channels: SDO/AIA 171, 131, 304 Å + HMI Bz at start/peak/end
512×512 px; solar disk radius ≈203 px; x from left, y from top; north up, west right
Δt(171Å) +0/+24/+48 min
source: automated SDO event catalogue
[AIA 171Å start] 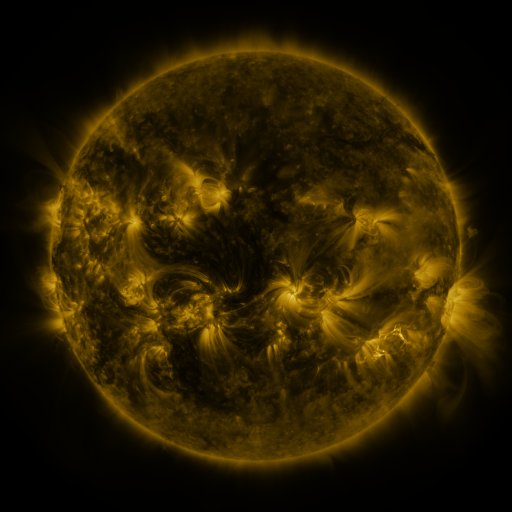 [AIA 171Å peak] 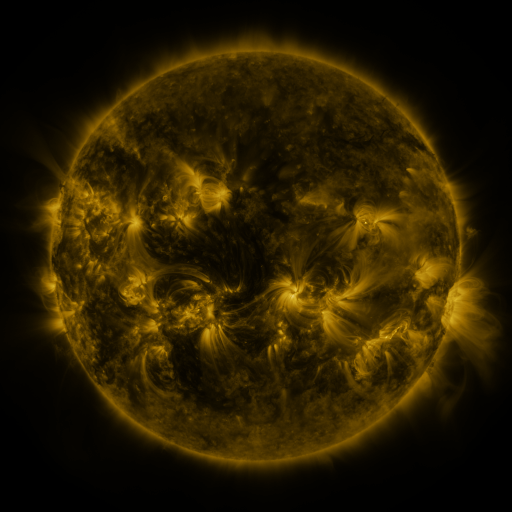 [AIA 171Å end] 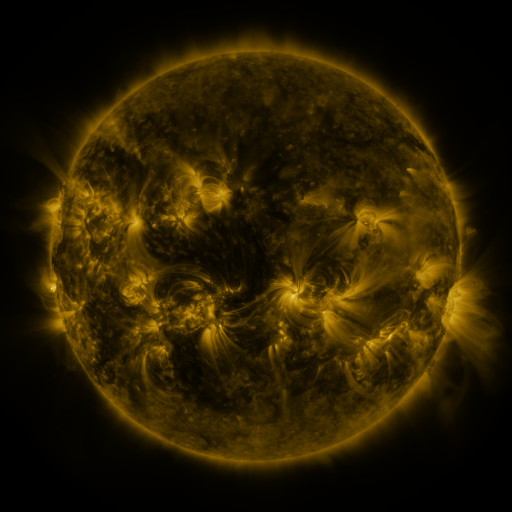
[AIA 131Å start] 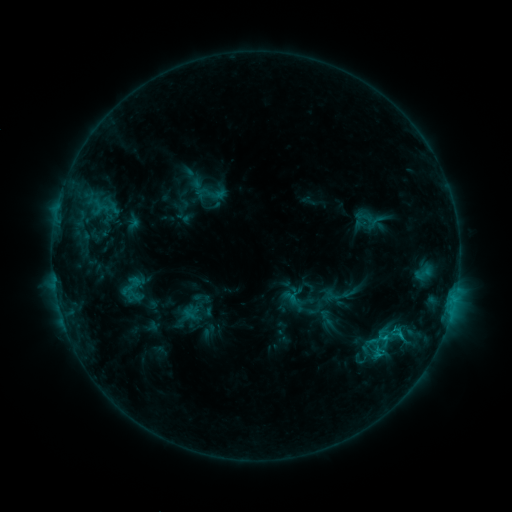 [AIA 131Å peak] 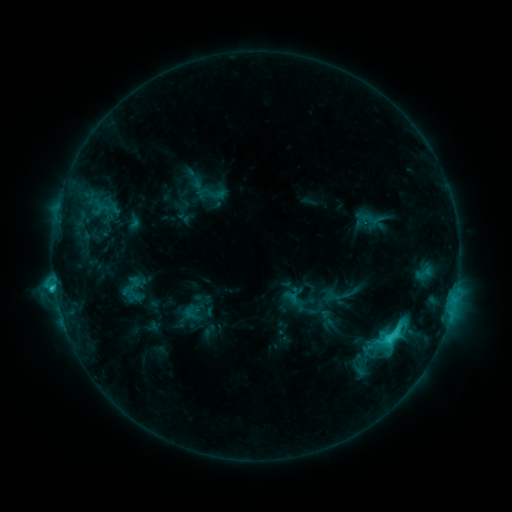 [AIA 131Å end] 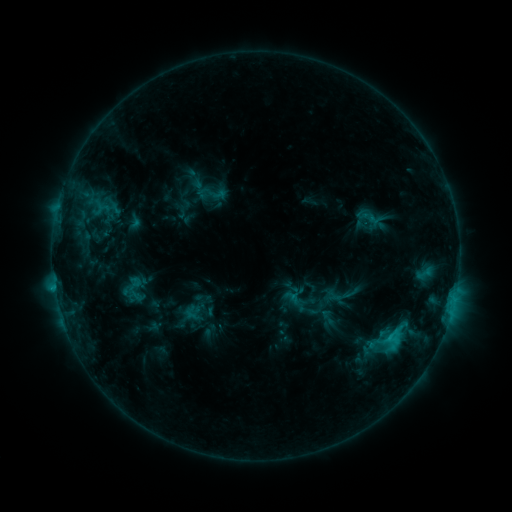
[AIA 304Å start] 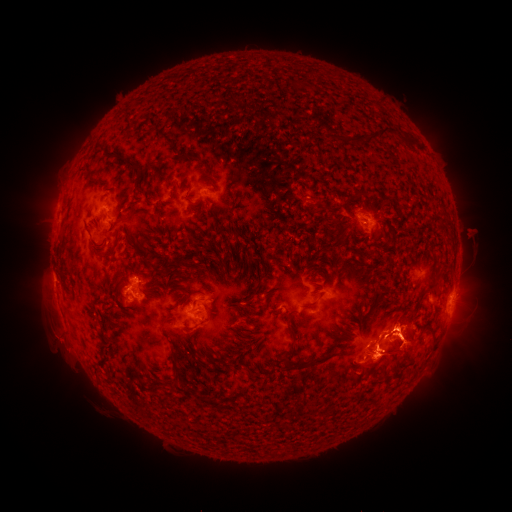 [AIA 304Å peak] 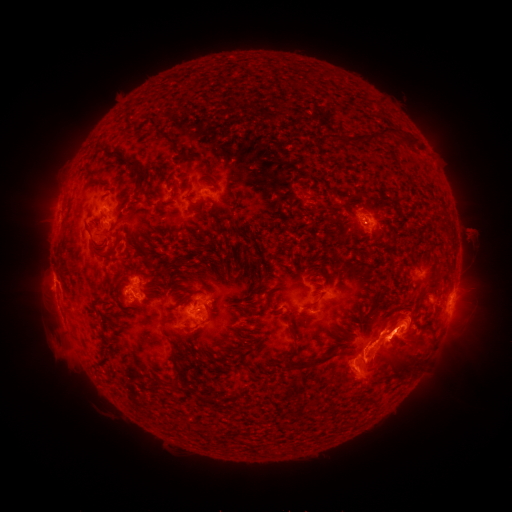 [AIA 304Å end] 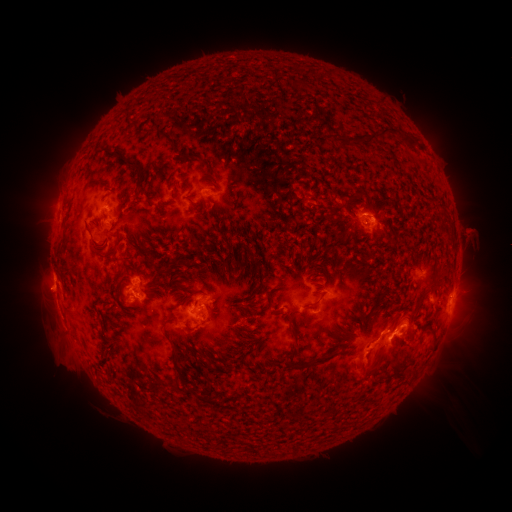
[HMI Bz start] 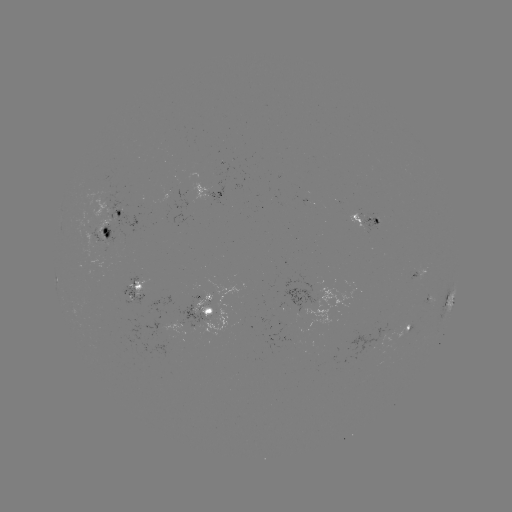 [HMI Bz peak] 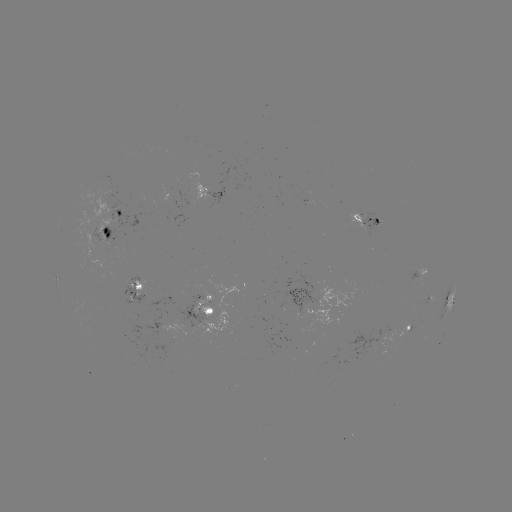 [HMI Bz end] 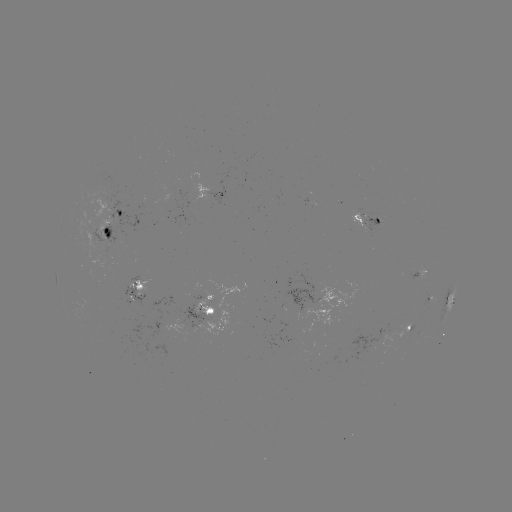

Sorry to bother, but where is C4.6 flare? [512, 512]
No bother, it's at [55, 287].